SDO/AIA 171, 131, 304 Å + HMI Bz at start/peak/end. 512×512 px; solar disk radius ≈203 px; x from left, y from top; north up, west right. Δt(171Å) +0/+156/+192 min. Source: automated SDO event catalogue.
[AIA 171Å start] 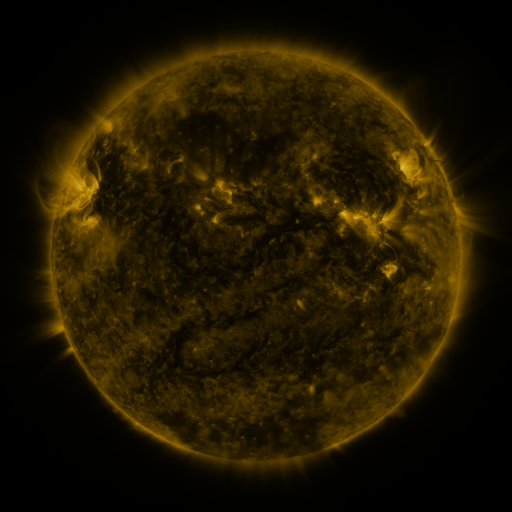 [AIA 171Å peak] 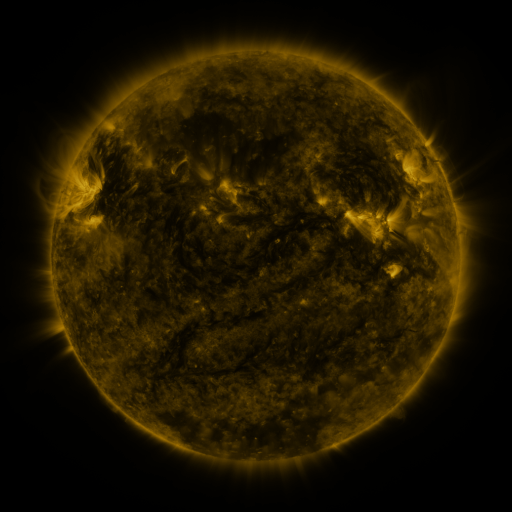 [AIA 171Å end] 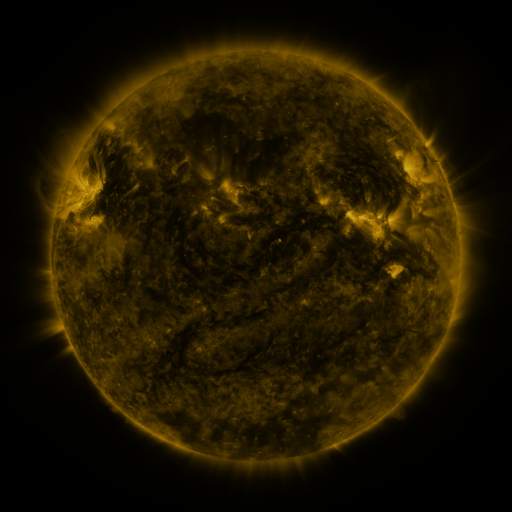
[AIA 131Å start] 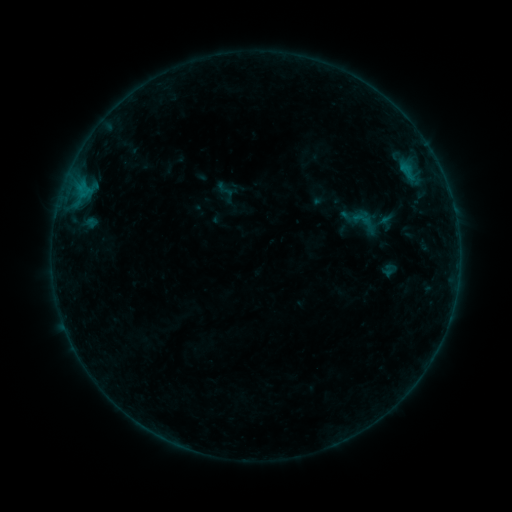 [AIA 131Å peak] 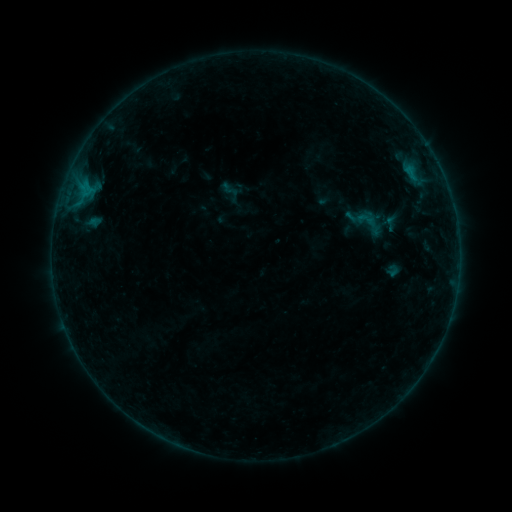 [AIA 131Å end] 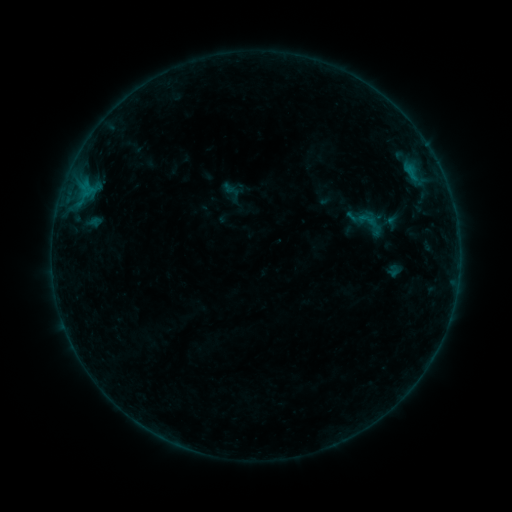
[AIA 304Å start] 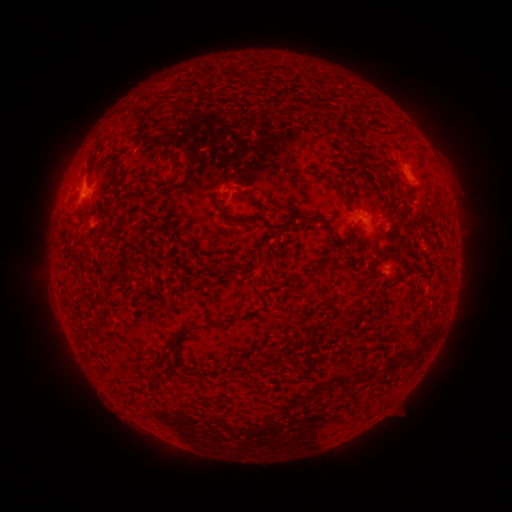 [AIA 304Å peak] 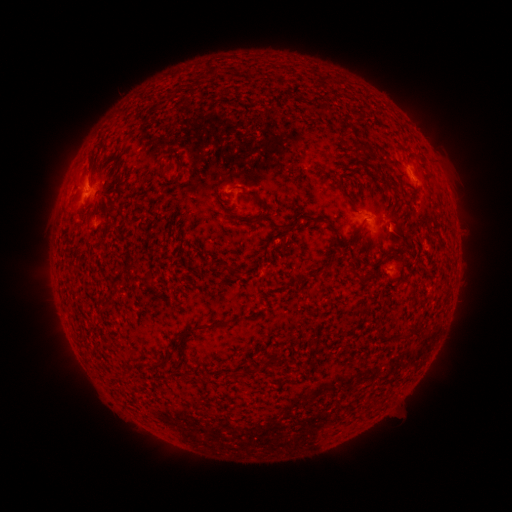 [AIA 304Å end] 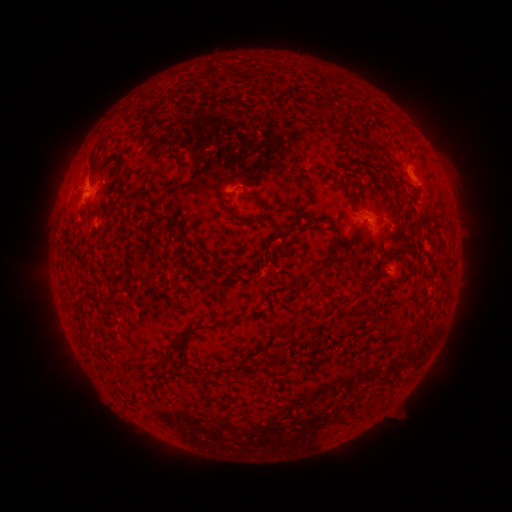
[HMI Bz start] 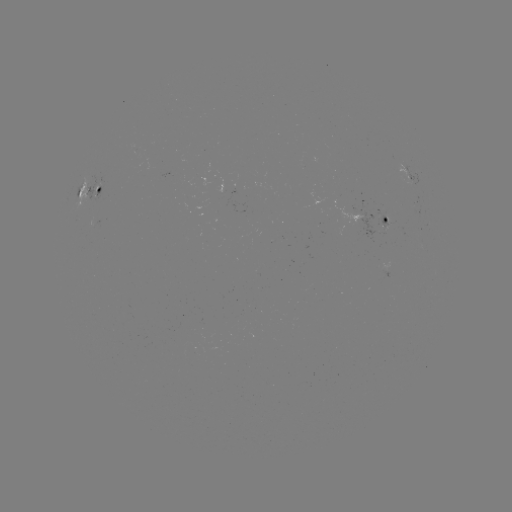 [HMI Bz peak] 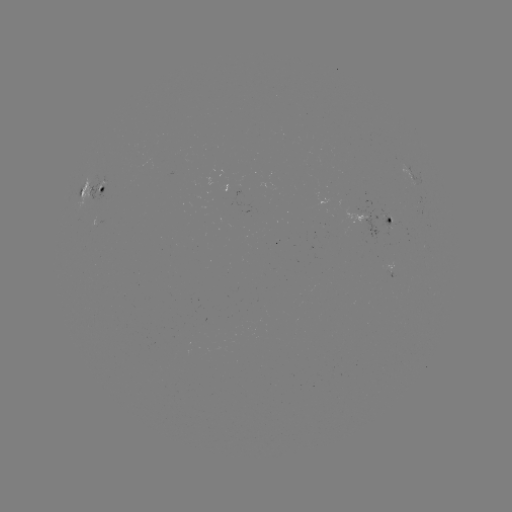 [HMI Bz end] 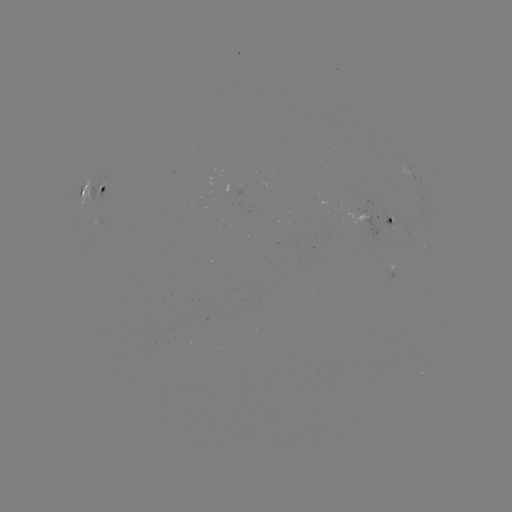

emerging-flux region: <bbox>89, 176, 104, 200</bbox>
